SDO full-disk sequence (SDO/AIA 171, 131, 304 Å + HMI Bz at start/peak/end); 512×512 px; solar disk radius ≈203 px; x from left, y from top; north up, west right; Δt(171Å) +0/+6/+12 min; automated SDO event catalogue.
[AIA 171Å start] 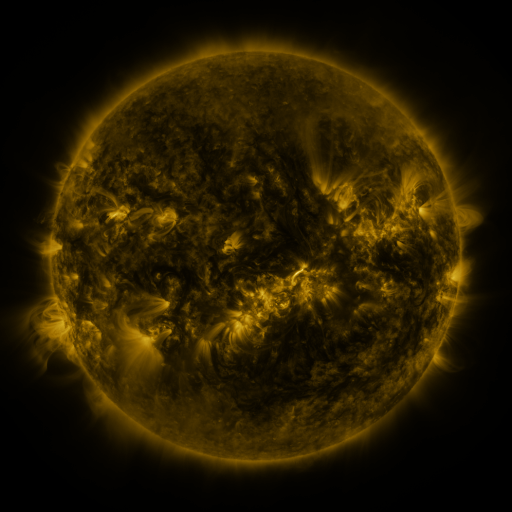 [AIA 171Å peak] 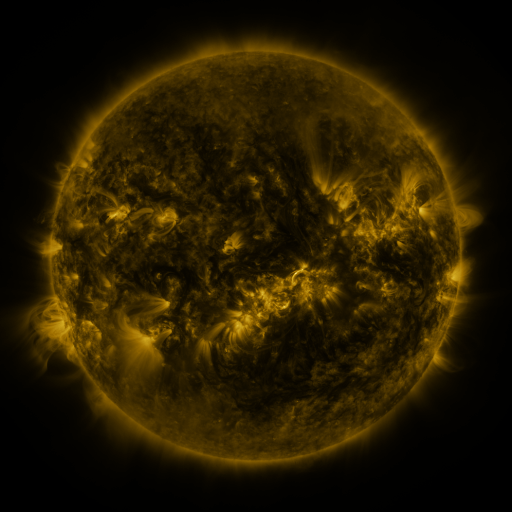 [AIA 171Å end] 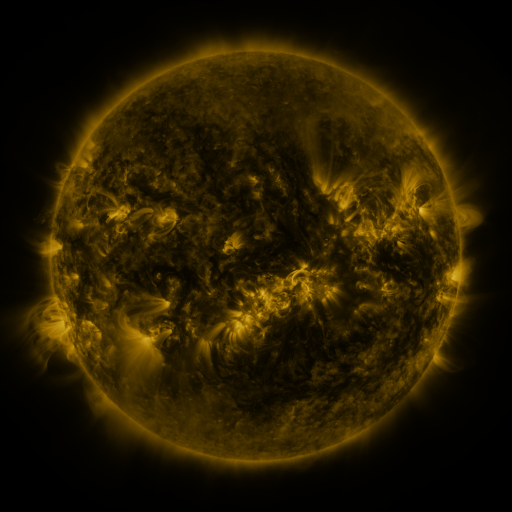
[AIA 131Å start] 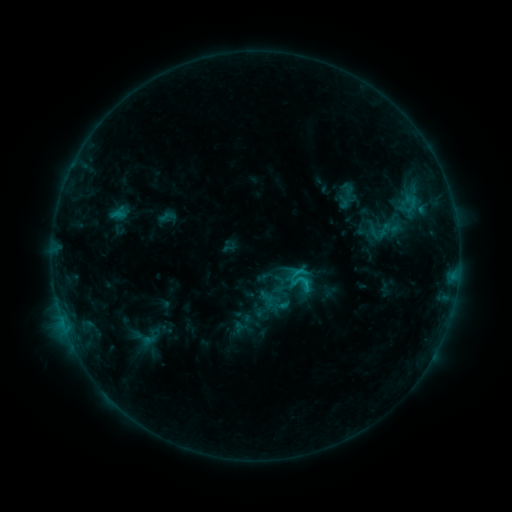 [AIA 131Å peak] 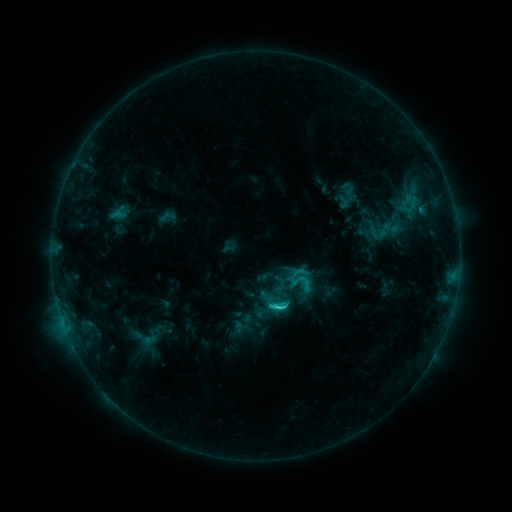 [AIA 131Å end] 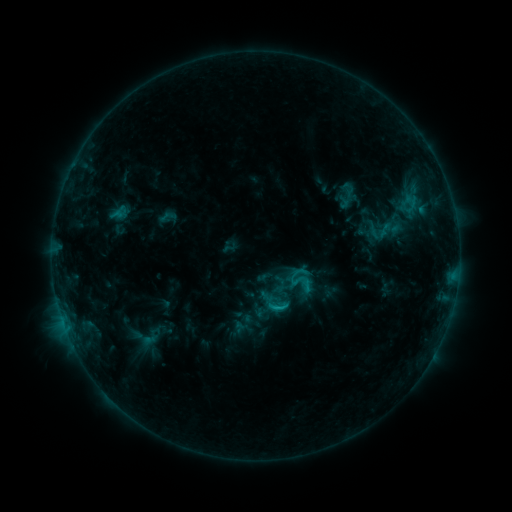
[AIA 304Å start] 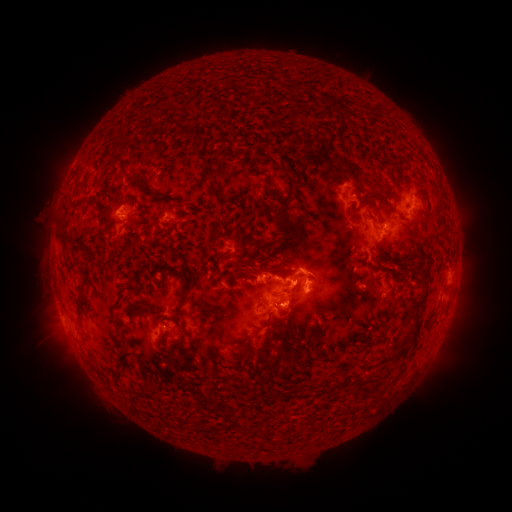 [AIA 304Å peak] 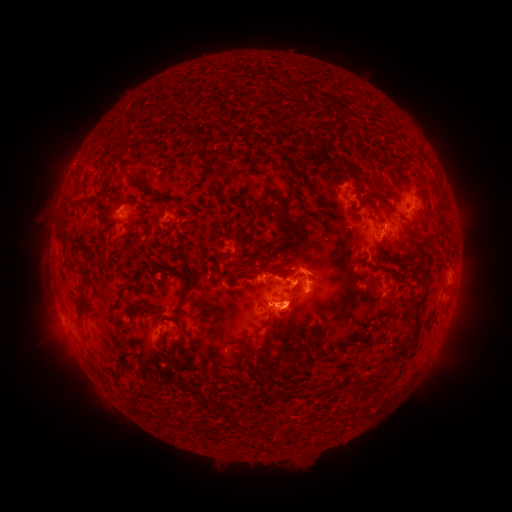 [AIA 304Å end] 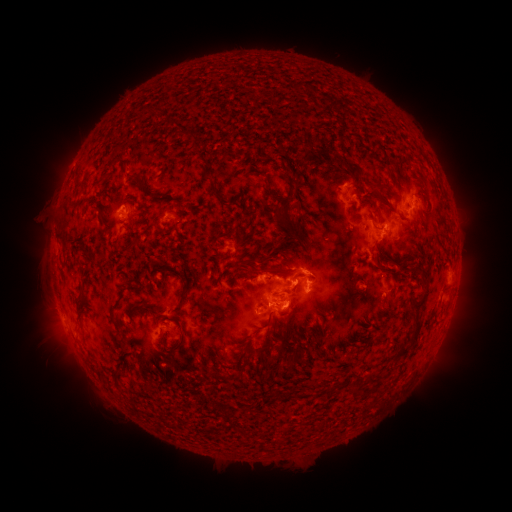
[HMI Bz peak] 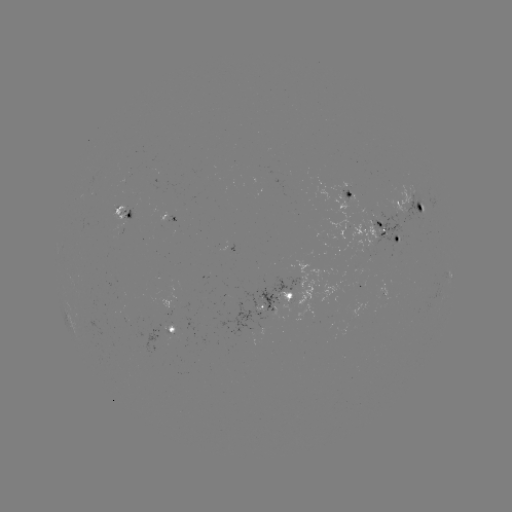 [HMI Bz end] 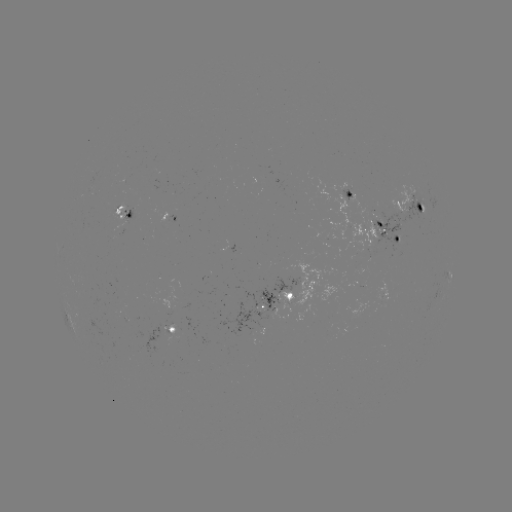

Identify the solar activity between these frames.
C3.2 flare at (279, 303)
